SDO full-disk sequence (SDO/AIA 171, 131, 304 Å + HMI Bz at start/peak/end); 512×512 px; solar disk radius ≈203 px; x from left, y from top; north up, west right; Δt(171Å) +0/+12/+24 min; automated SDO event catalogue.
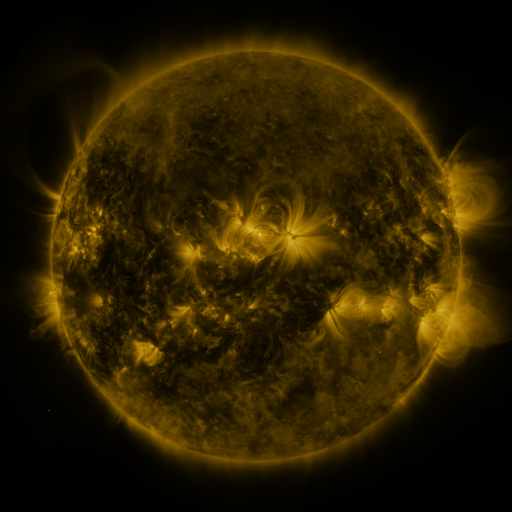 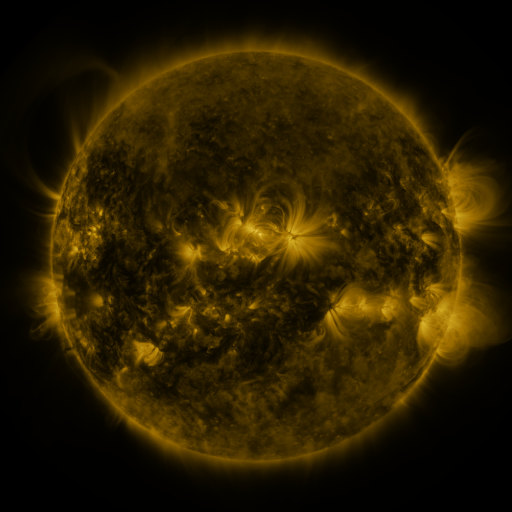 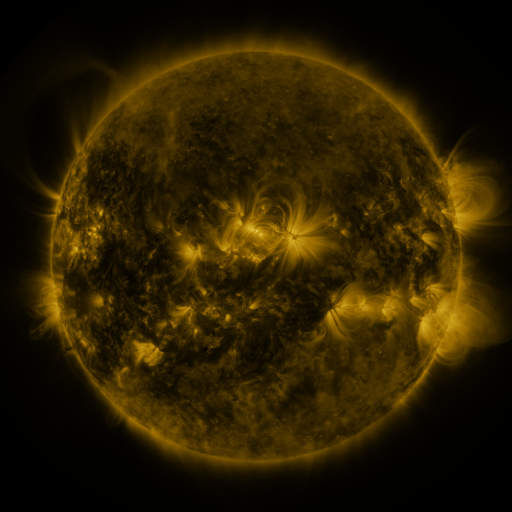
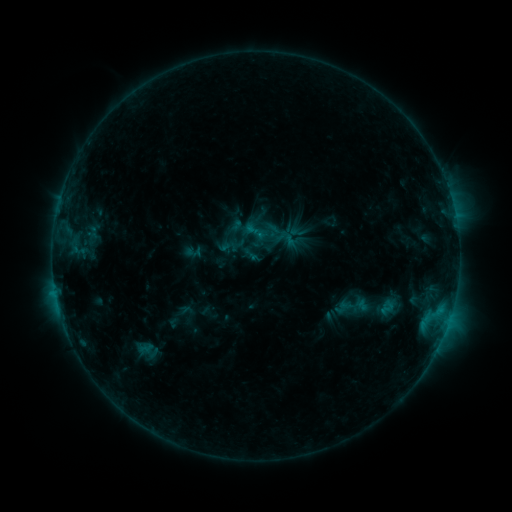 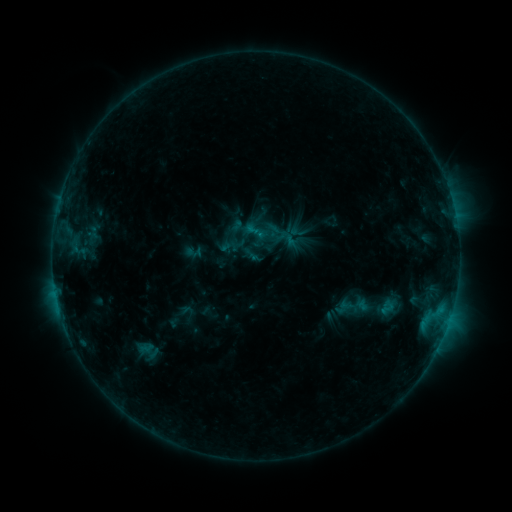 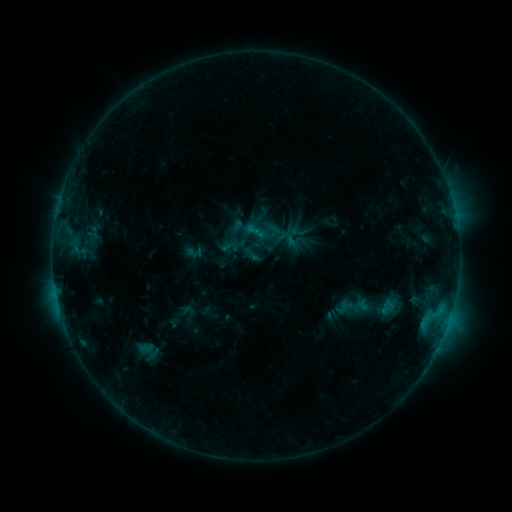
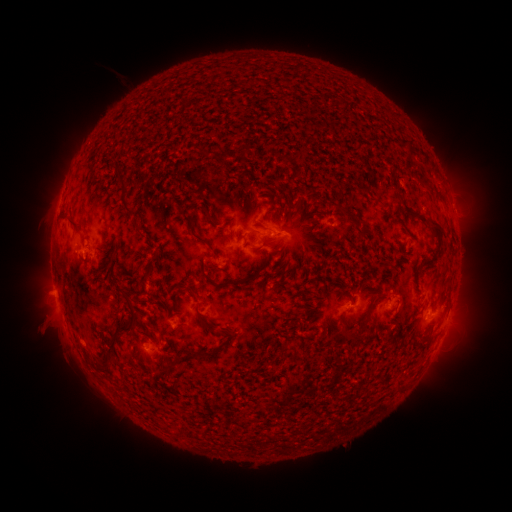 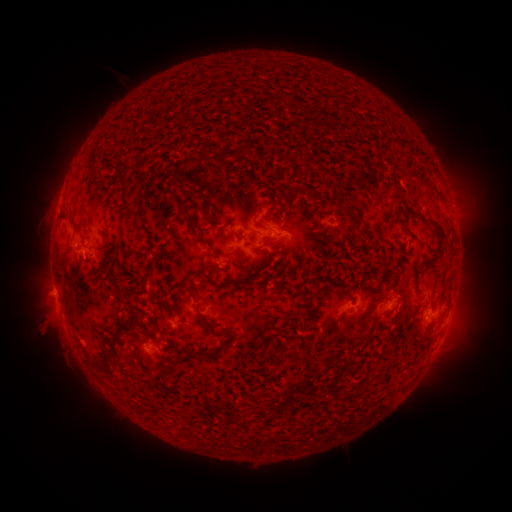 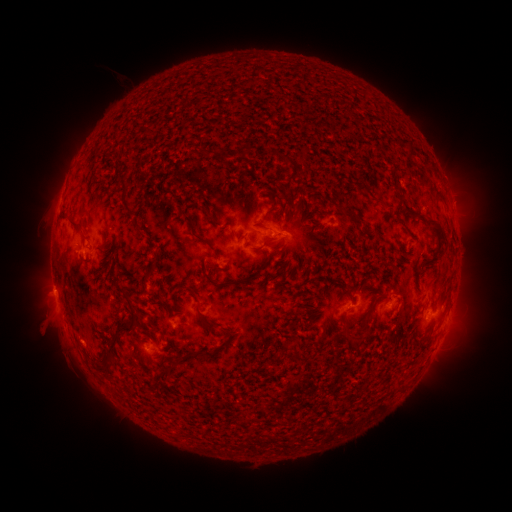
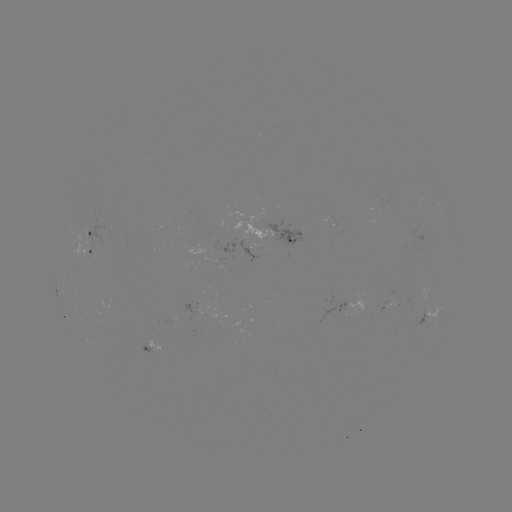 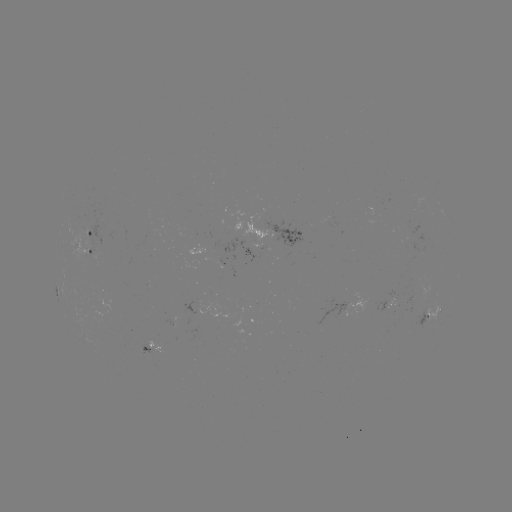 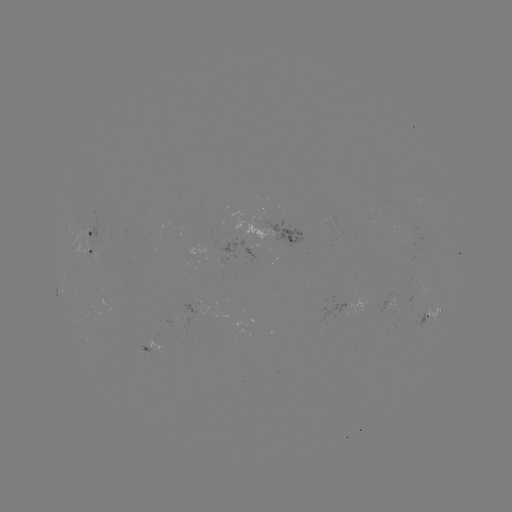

no classed flare was catalogued and no EUV brightening was flagged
